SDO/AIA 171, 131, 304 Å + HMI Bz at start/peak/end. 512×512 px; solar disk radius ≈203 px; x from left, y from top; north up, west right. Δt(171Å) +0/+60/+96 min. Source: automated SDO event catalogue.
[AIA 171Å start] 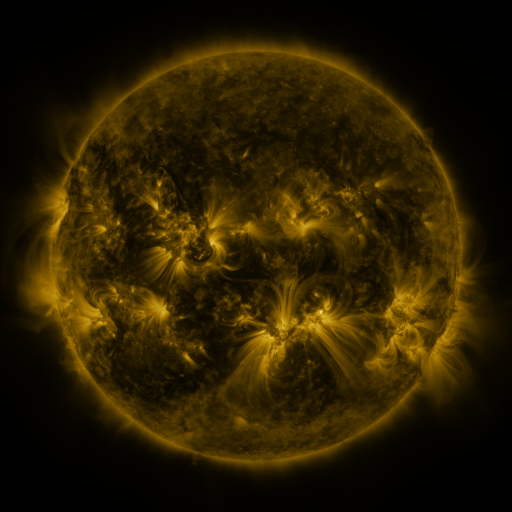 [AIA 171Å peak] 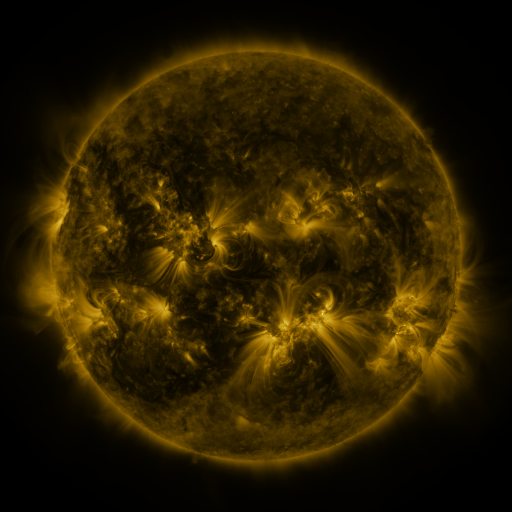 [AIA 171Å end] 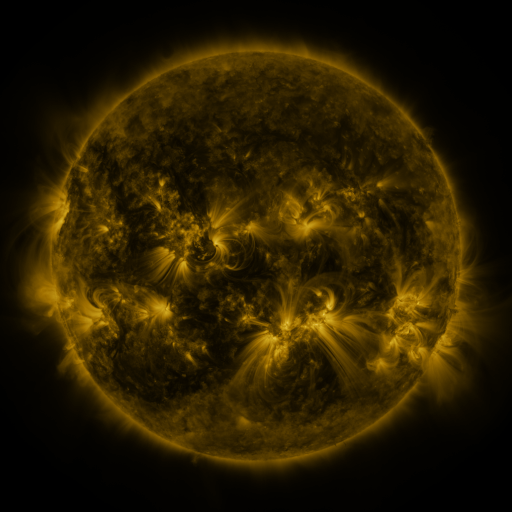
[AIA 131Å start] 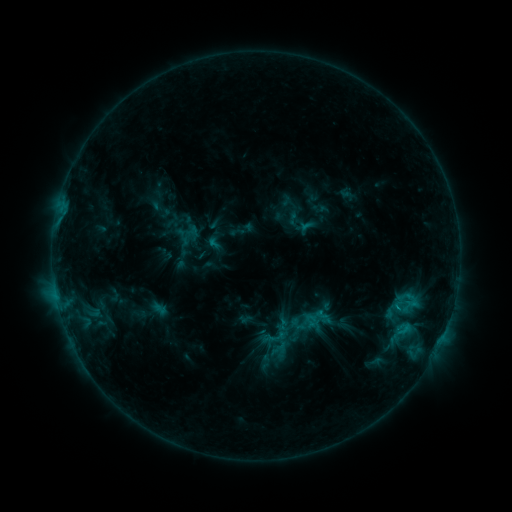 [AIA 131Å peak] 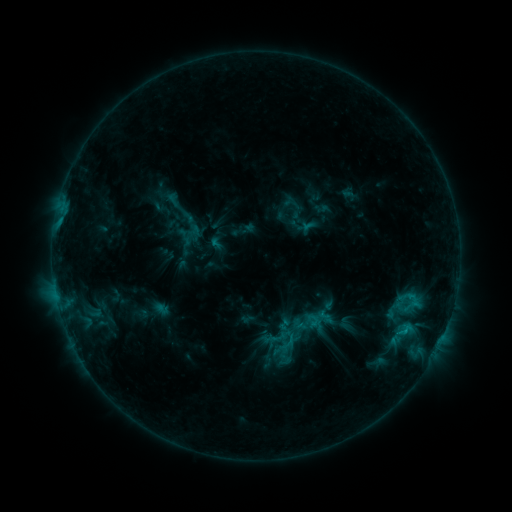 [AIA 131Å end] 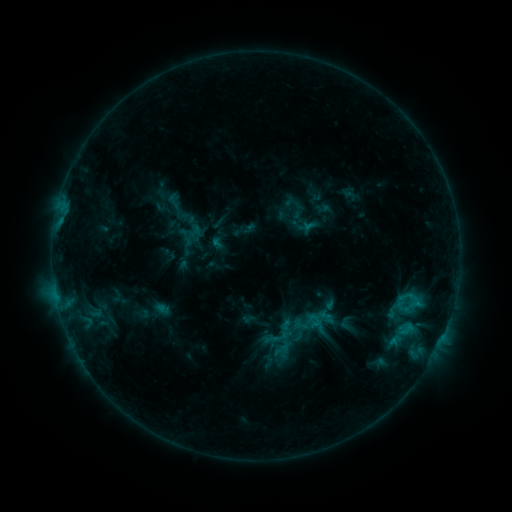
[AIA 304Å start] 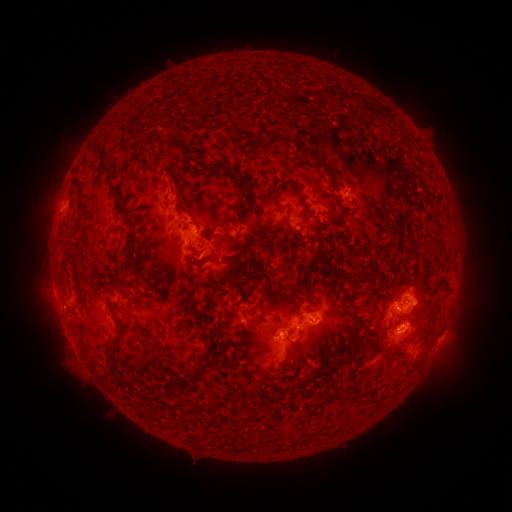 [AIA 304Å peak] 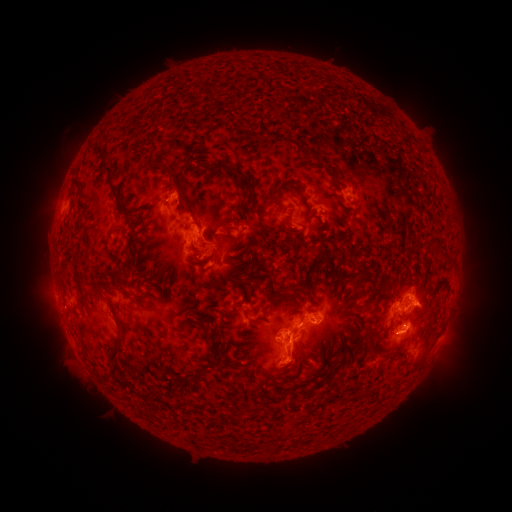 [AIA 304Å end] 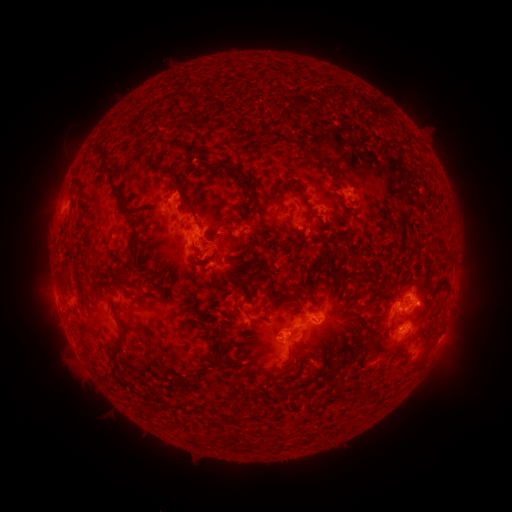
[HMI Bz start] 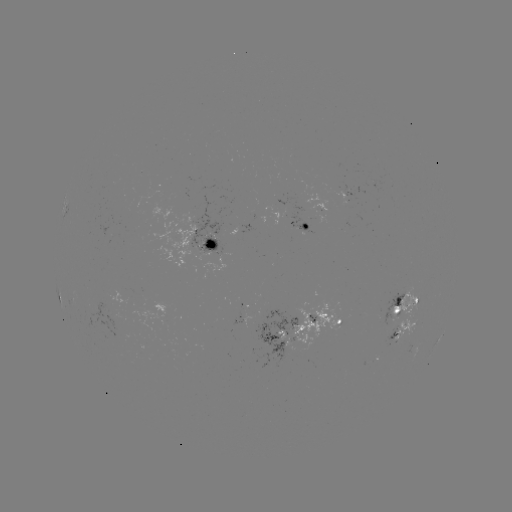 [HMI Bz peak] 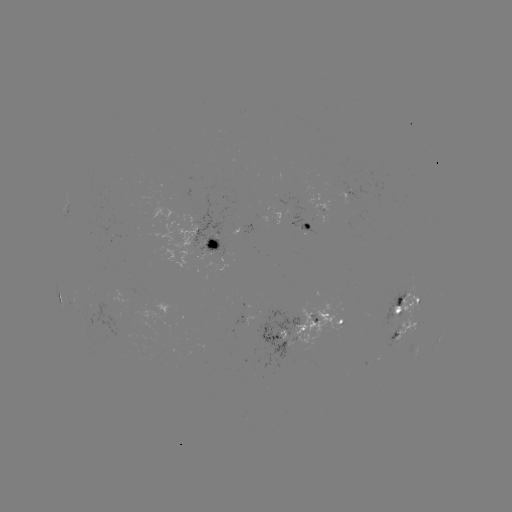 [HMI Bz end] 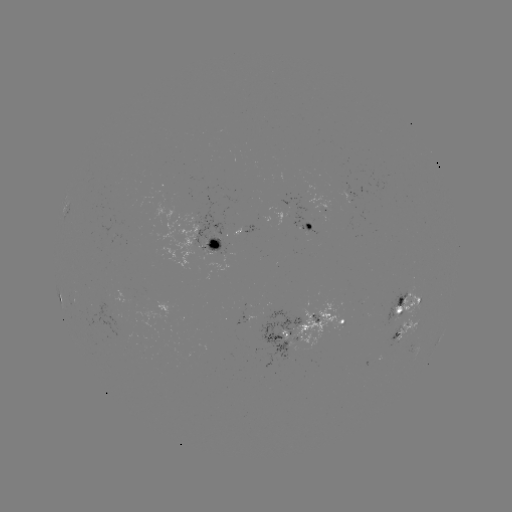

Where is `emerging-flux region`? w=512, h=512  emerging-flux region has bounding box [265, 195, 317, 232].